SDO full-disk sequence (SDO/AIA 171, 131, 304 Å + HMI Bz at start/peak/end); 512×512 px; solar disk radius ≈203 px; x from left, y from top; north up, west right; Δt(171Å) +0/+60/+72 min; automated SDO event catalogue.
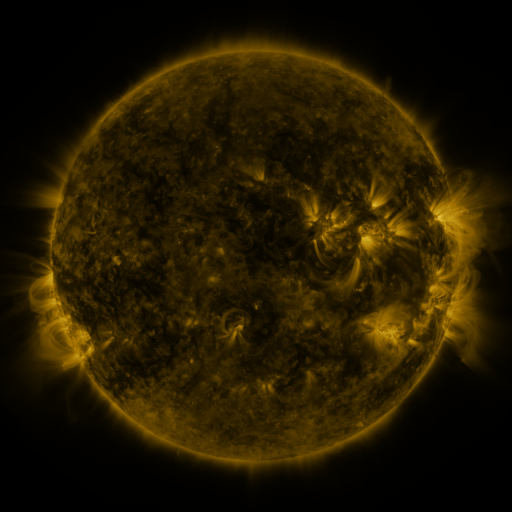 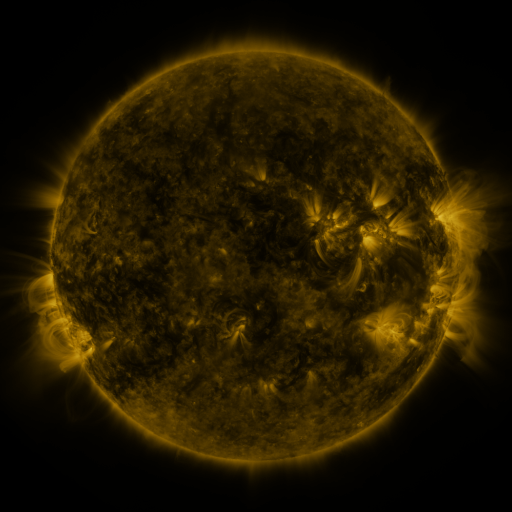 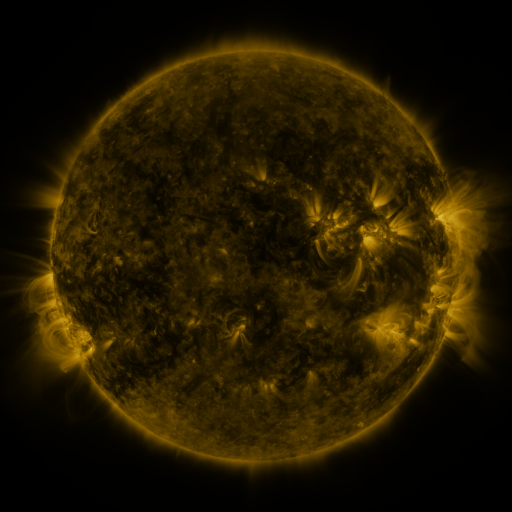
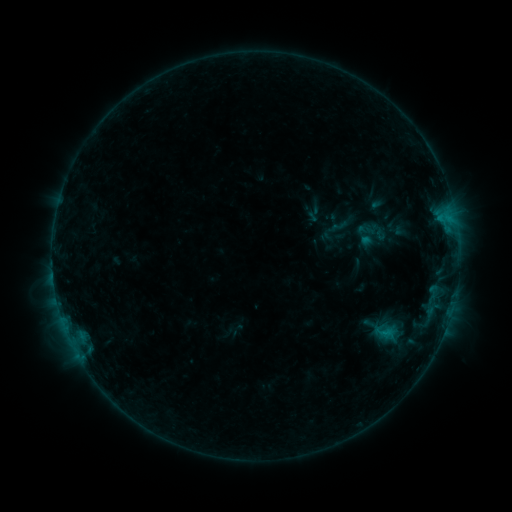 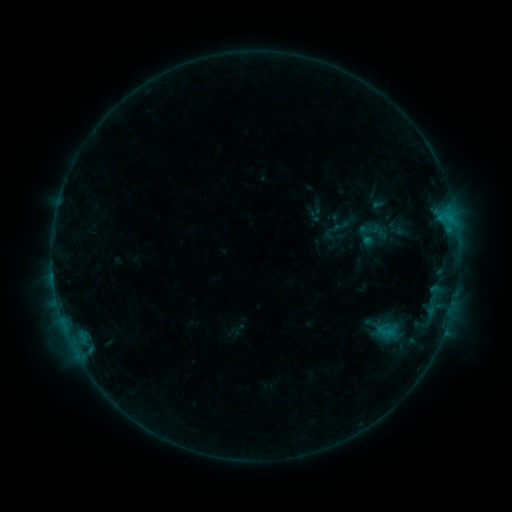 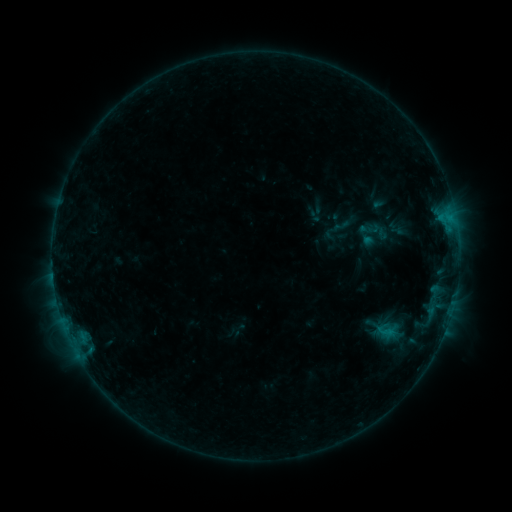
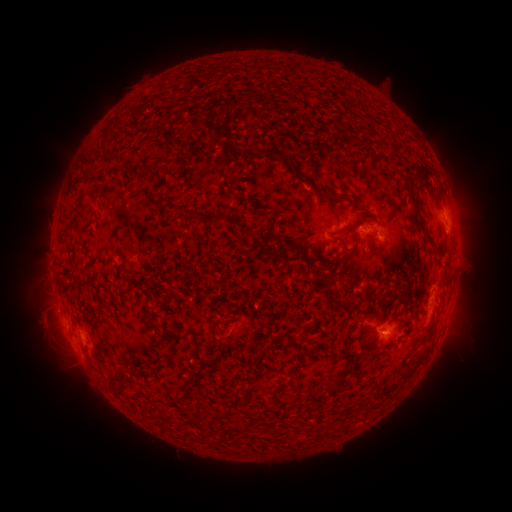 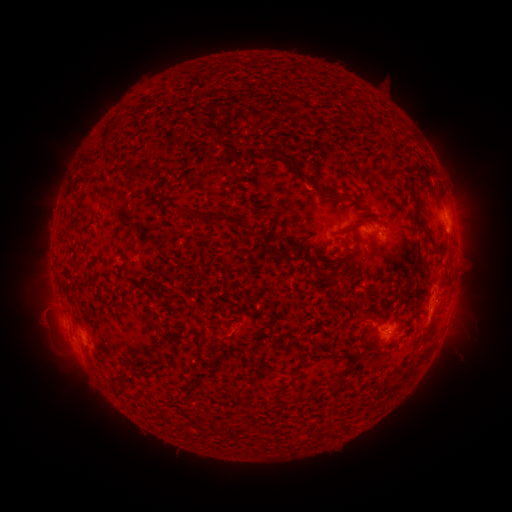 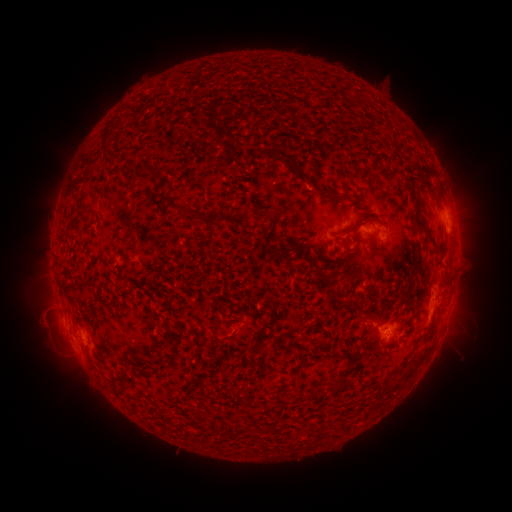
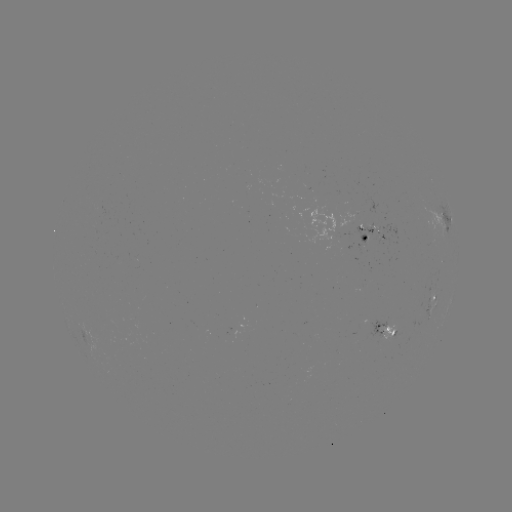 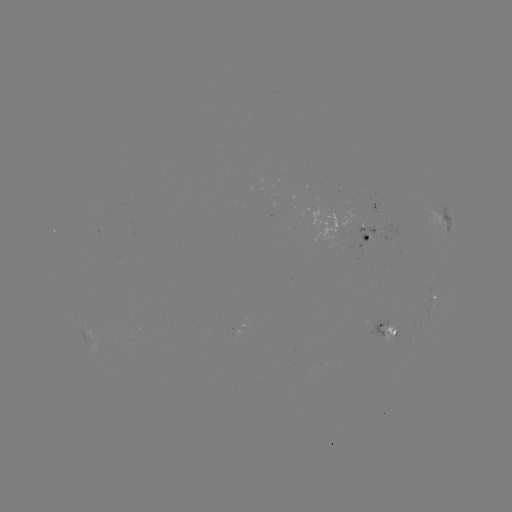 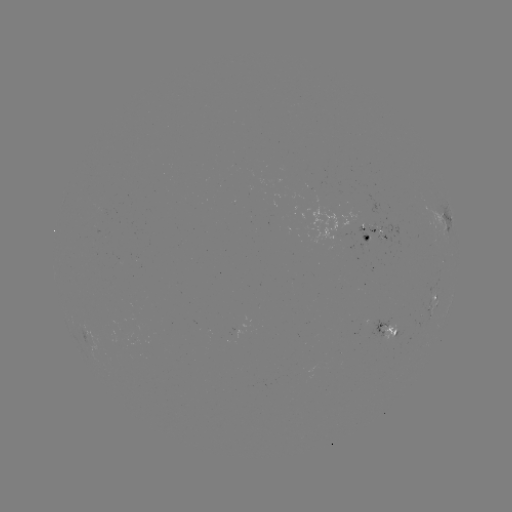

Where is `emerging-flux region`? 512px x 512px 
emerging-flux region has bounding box [354, 225, 401, 260].